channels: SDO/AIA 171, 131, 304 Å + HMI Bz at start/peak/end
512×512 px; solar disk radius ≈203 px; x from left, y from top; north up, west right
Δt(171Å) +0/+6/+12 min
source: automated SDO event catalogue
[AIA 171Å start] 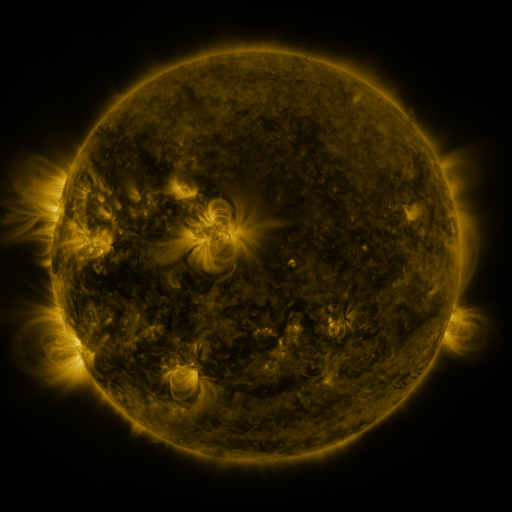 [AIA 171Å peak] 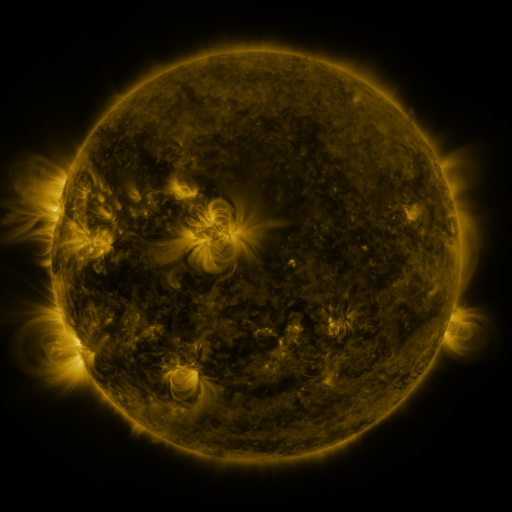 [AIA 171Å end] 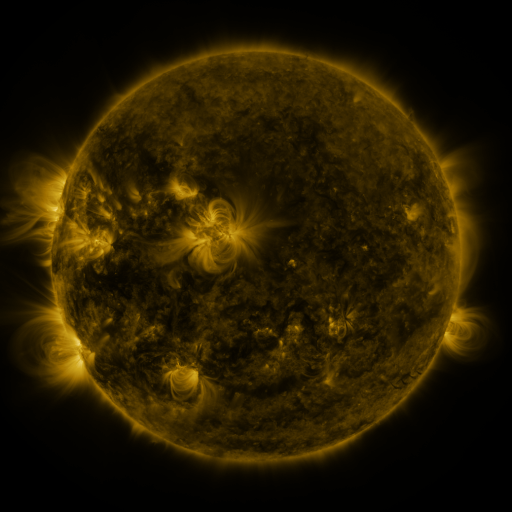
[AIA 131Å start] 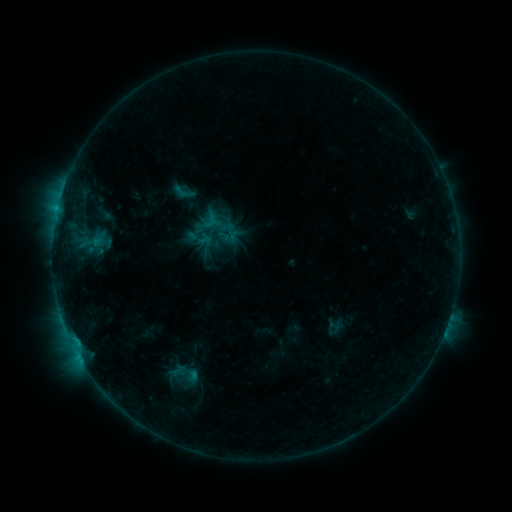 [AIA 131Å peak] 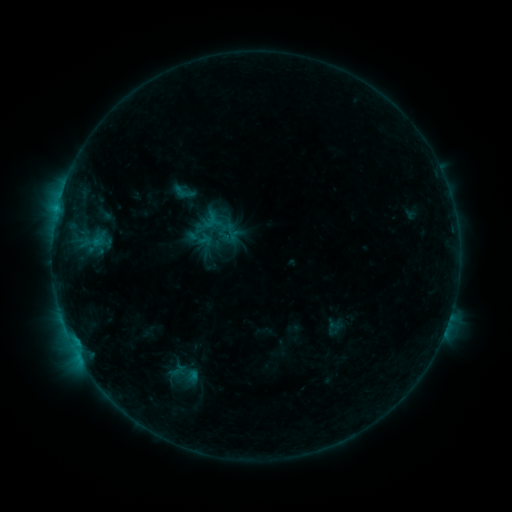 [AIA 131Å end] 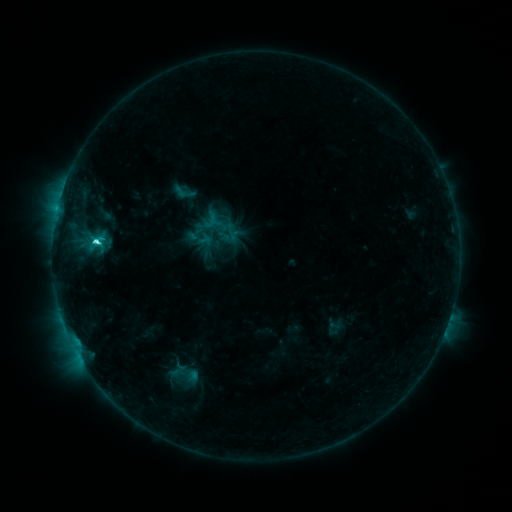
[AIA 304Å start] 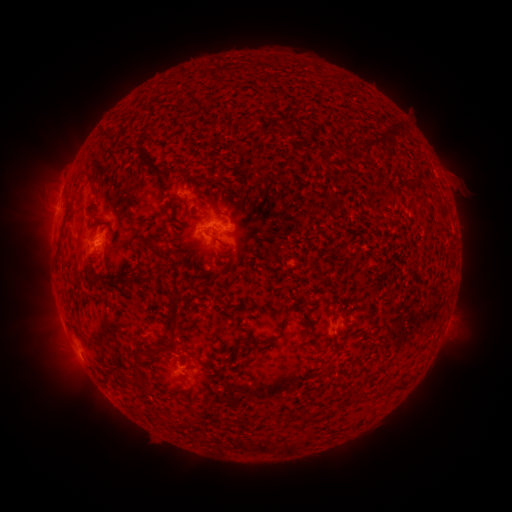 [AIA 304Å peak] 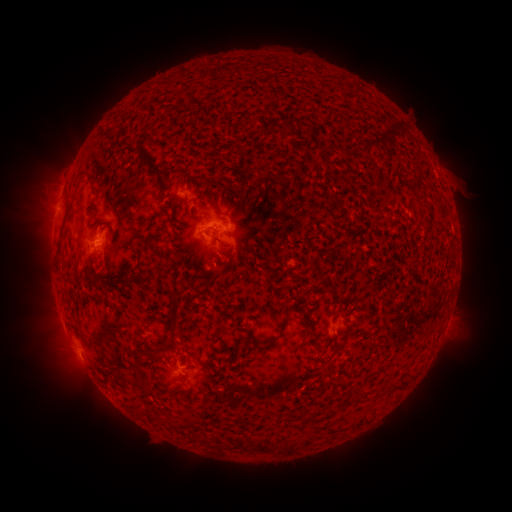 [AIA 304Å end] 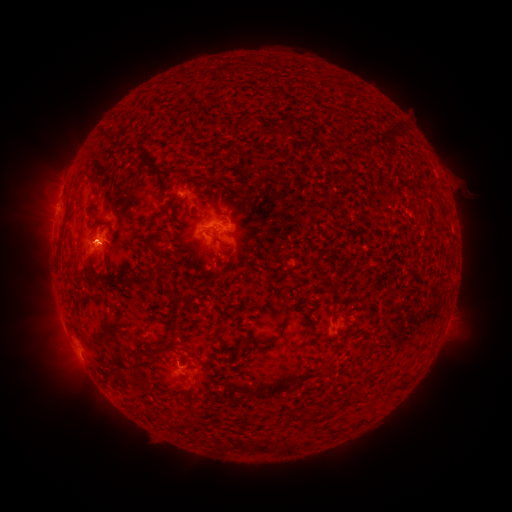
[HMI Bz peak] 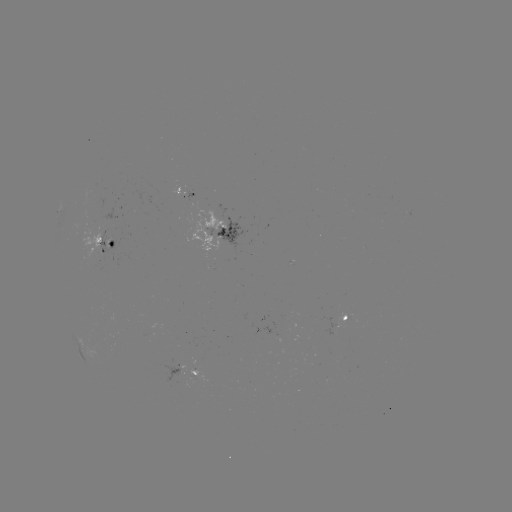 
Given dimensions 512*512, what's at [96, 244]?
C3.0 flare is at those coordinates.